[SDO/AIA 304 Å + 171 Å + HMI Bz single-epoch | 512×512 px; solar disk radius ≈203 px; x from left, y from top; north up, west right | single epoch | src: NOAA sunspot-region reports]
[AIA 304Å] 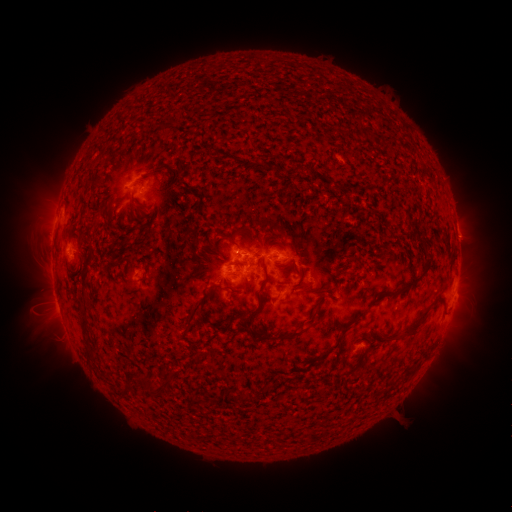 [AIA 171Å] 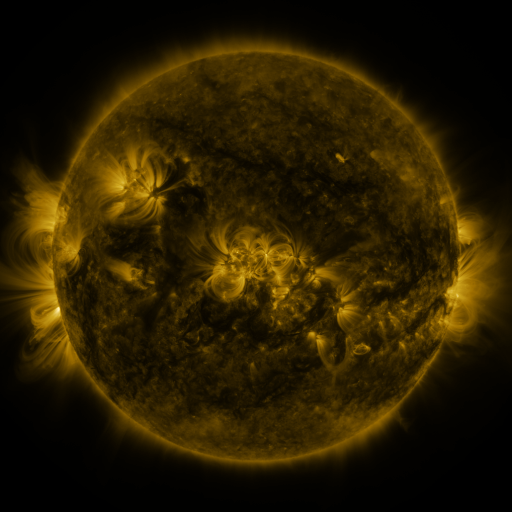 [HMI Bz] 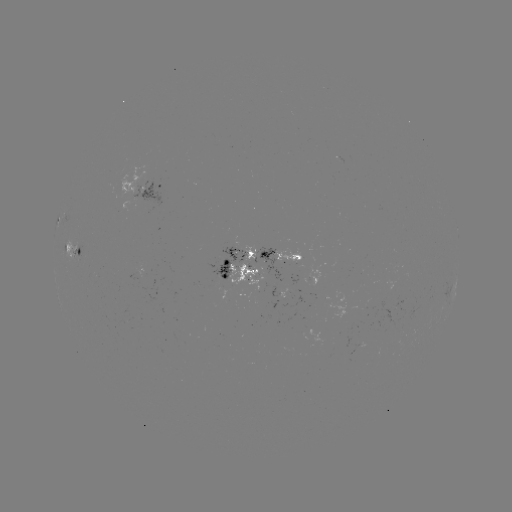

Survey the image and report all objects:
spotted active region: (144, 190)
spotted active region: (457, 229)
spotted active region: (78, 250)
spotted active region: (280, 255)
spotted active region: (238, 266)
spotted active region: (140, 270)
spotted active region: (313, 281)
spotted active region: (456, 281)
